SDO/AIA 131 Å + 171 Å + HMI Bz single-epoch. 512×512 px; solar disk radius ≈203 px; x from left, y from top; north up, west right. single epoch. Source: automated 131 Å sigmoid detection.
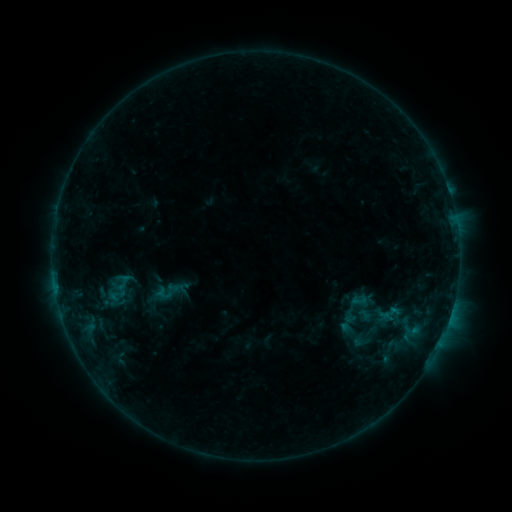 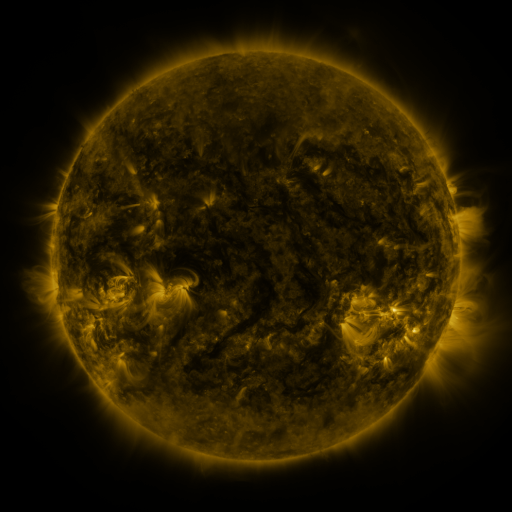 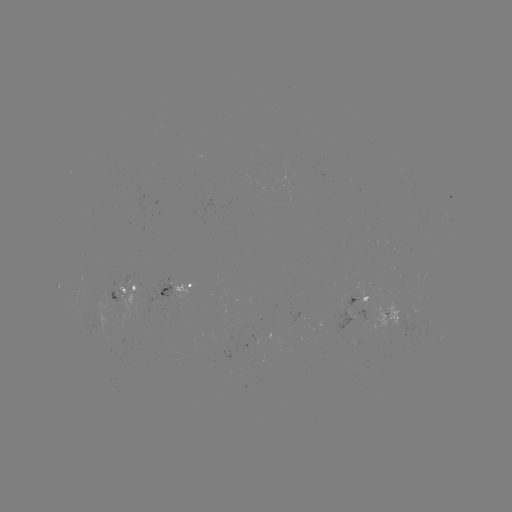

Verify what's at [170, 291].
sigmoid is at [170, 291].